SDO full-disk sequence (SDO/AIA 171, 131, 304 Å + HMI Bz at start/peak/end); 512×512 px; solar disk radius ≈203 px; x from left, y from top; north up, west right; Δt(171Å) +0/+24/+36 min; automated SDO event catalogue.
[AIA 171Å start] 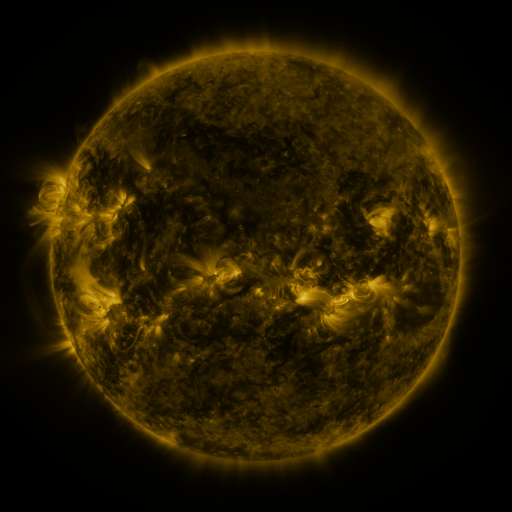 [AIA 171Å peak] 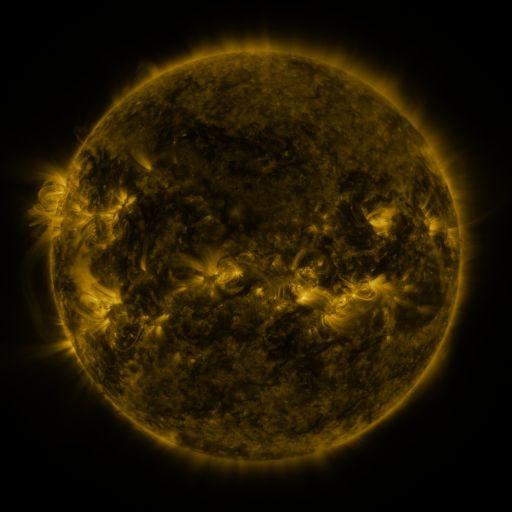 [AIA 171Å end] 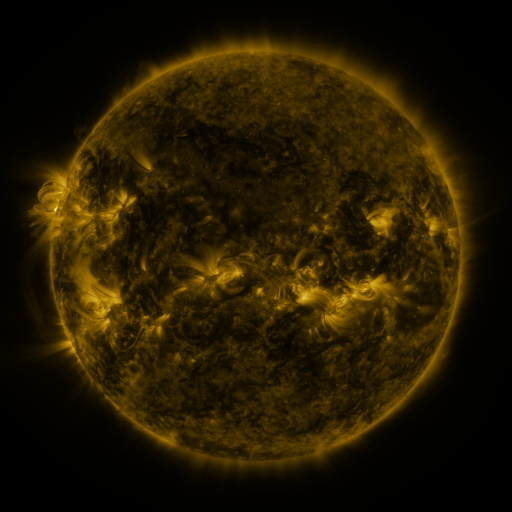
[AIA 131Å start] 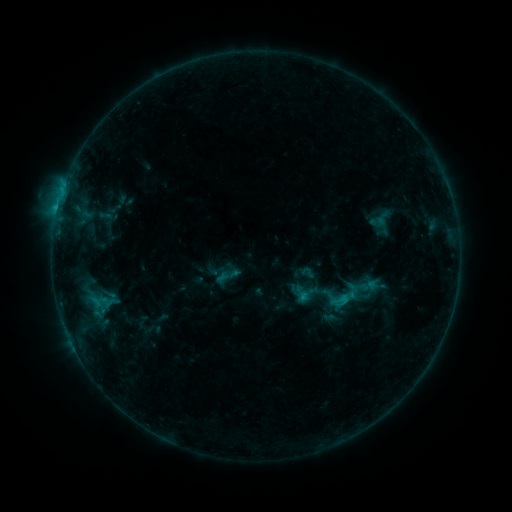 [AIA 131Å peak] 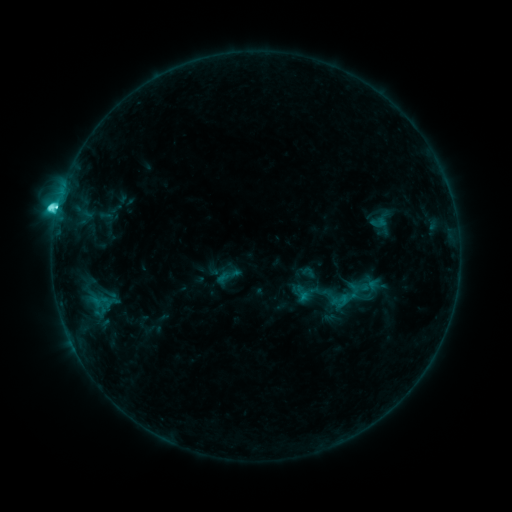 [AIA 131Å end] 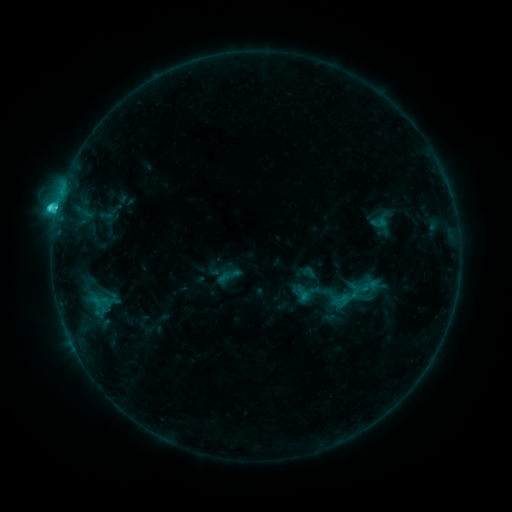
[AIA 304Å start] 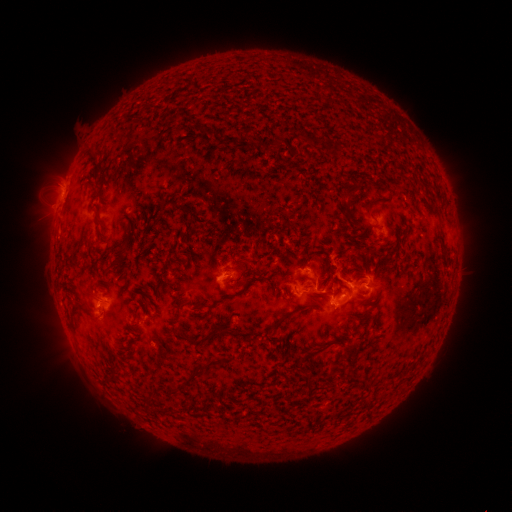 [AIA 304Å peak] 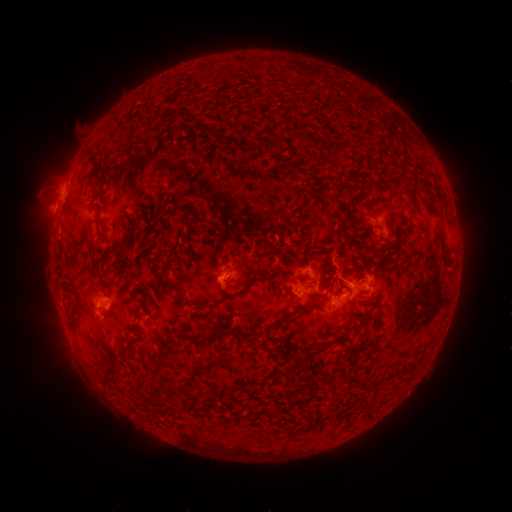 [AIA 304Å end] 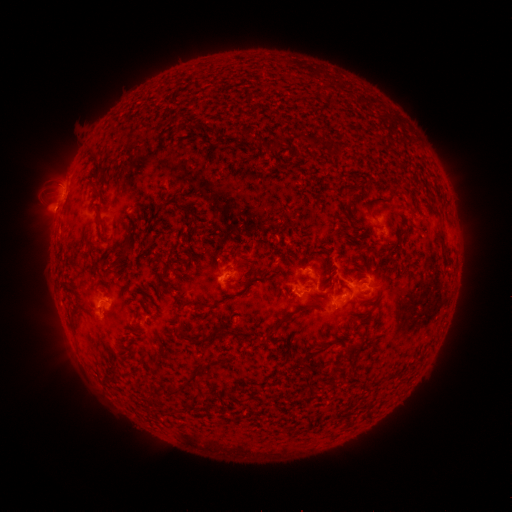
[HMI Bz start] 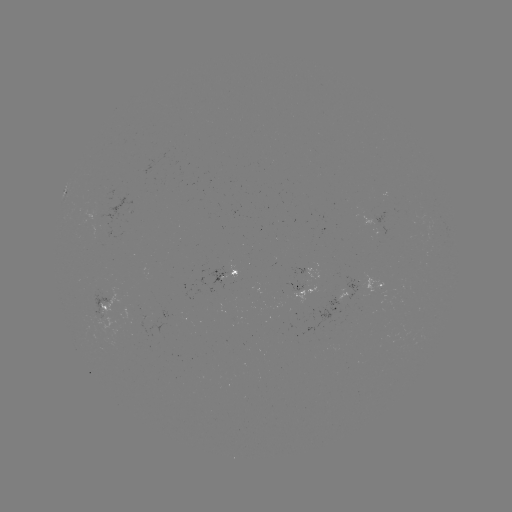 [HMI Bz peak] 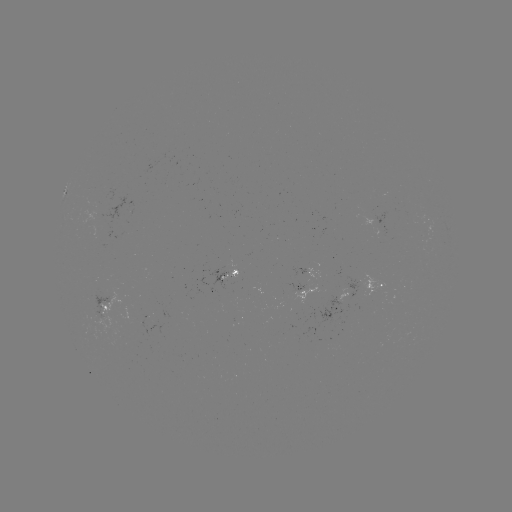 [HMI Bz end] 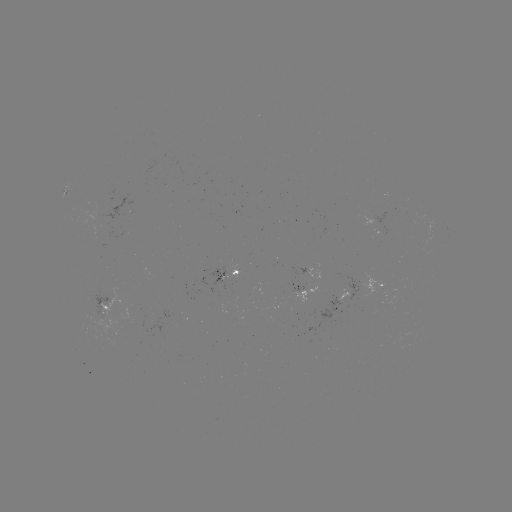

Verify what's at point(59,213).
C5.2 flare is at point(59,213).